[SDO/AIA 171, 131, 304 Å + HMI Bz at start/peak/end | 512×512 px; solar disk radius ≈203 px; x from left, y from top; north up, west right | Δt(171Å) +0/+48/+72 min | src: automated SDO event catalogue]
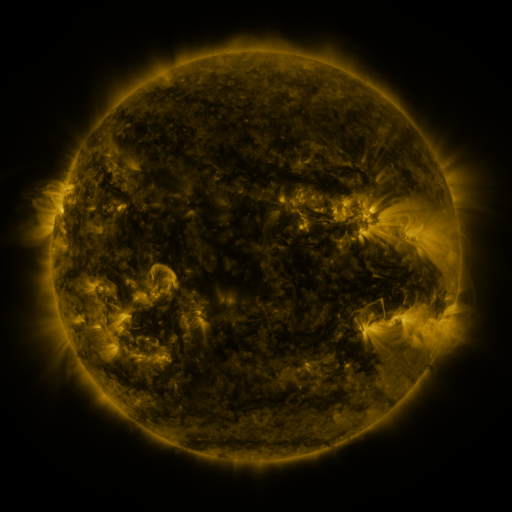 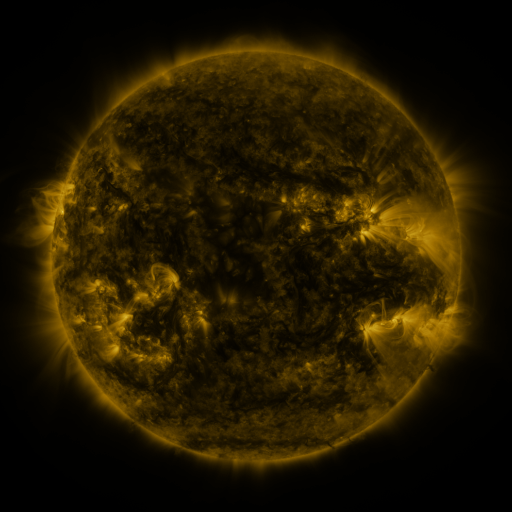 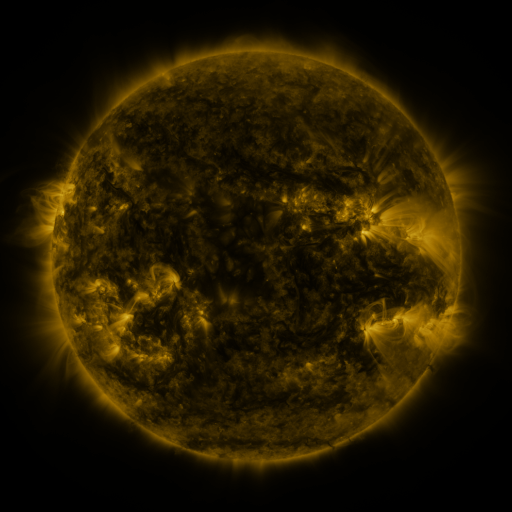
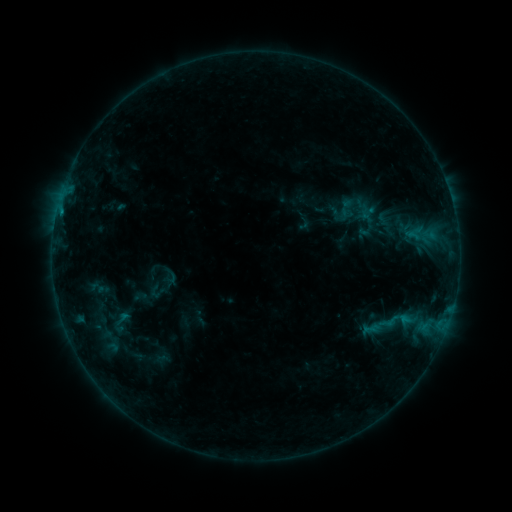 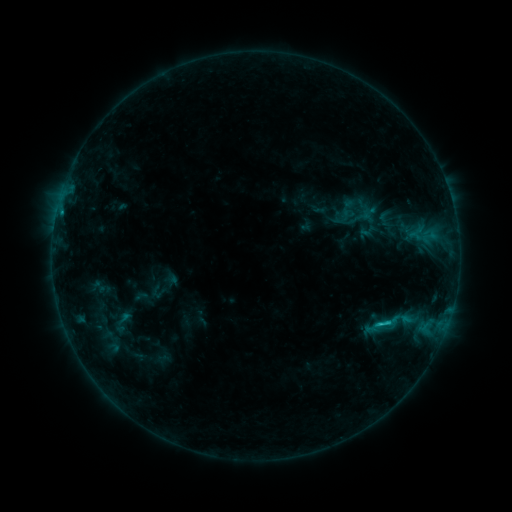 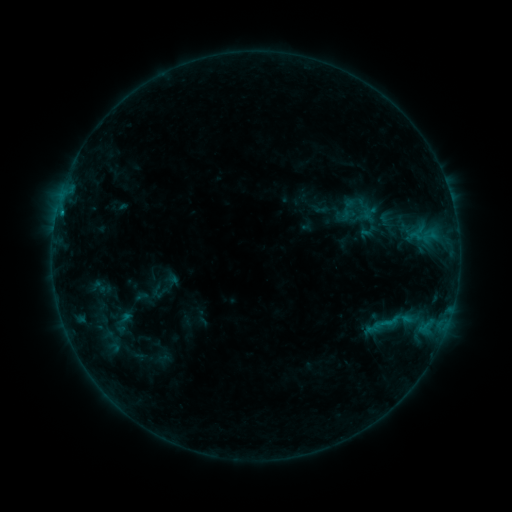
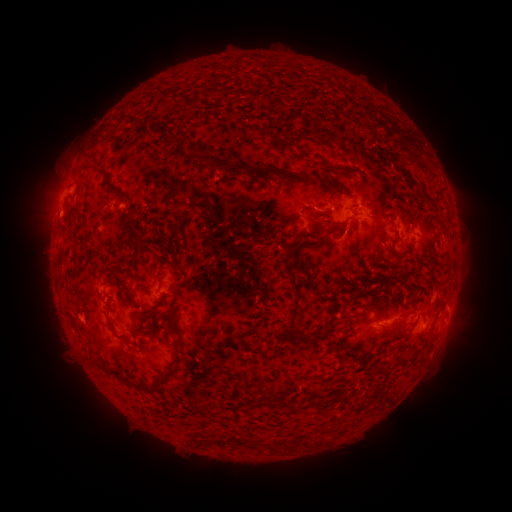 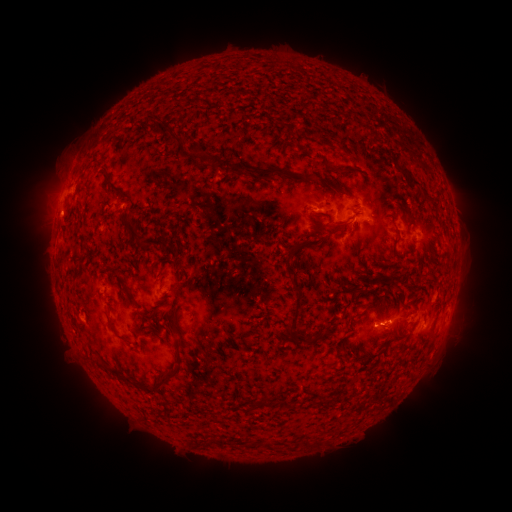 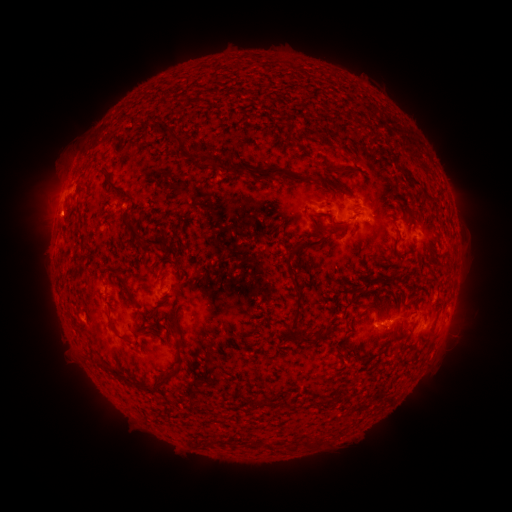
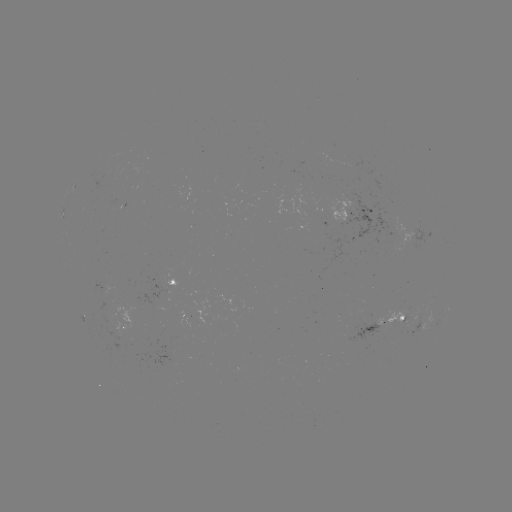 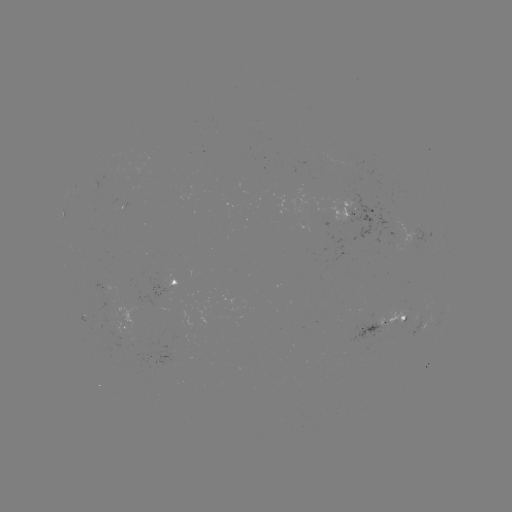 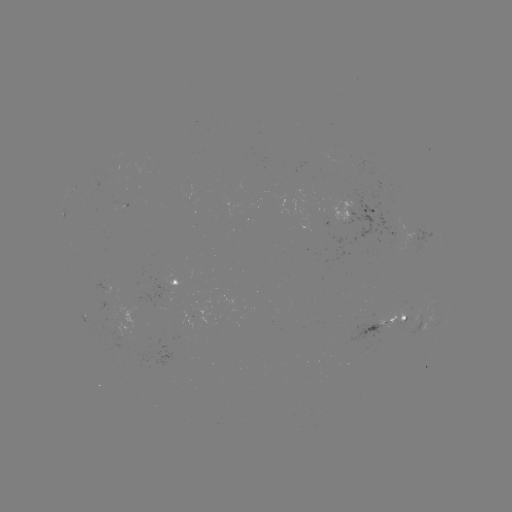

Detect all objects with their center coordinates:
C1.2 flare: (379, 323)
